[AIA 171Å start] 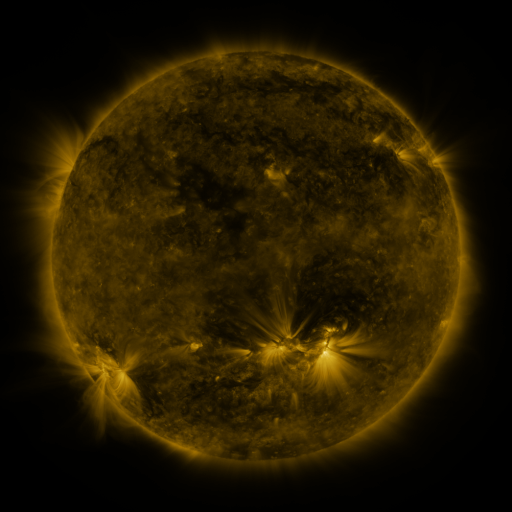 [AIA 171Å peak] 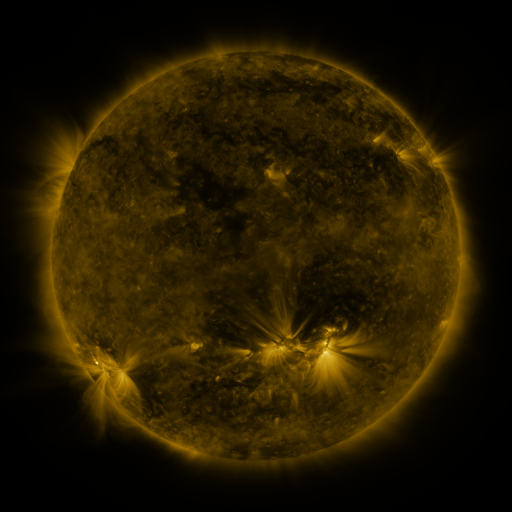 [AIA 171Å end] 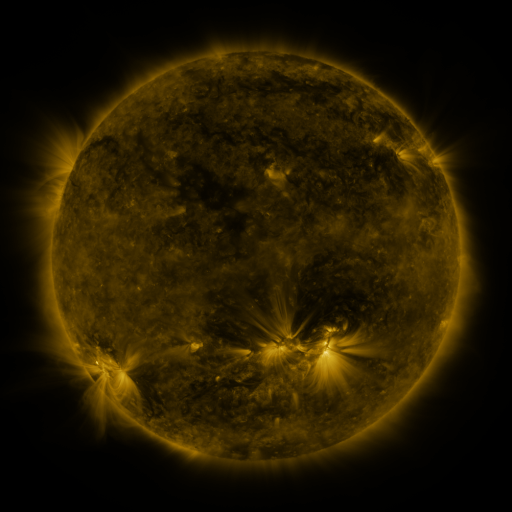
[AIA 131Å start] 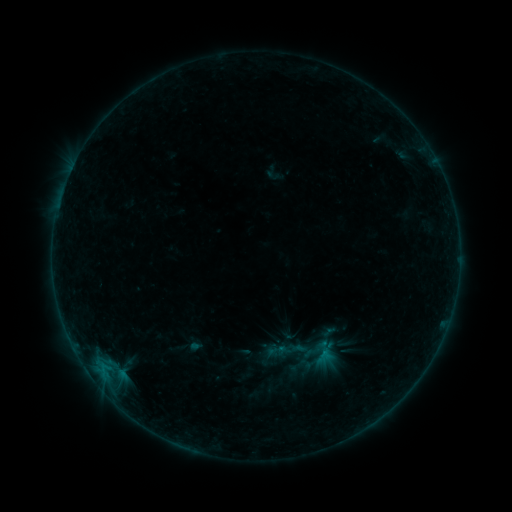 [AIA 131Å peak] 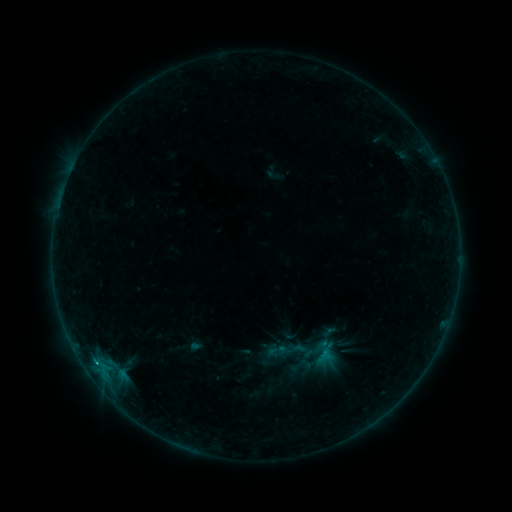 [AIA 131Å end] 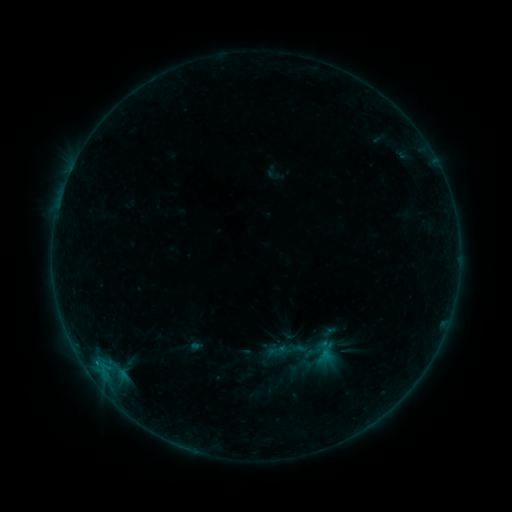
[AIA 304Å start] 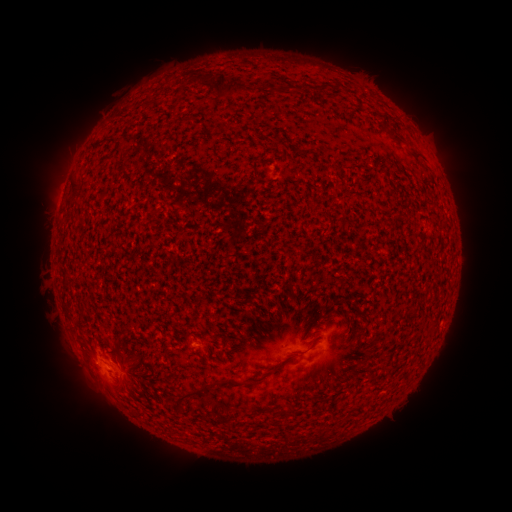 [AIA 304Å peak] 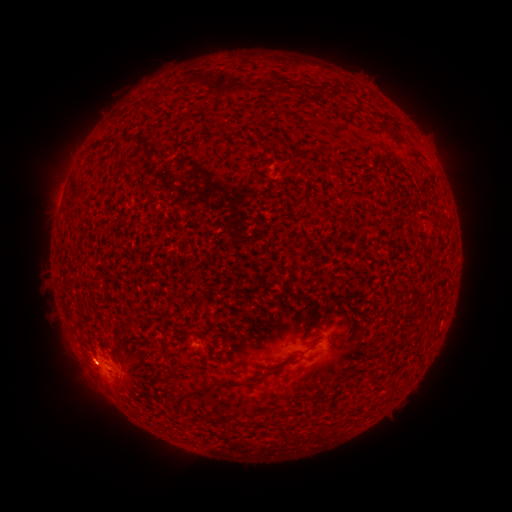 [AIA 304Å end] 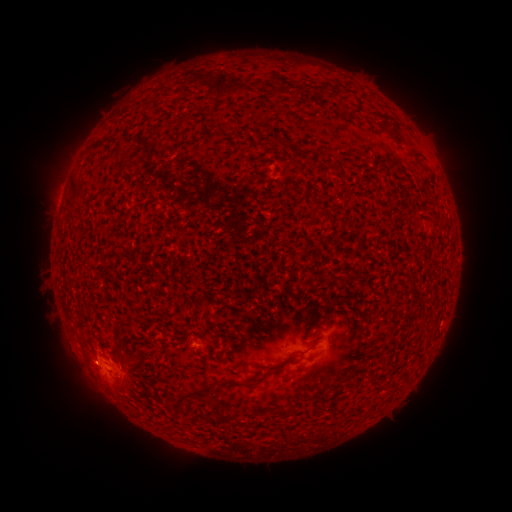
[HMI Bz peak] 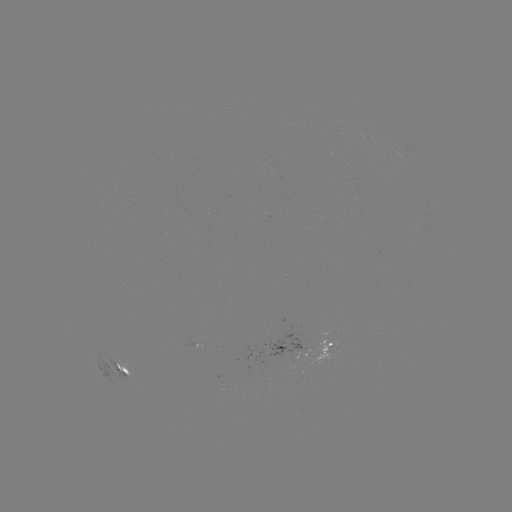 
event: flare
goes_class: B2.3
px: (94, 360)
